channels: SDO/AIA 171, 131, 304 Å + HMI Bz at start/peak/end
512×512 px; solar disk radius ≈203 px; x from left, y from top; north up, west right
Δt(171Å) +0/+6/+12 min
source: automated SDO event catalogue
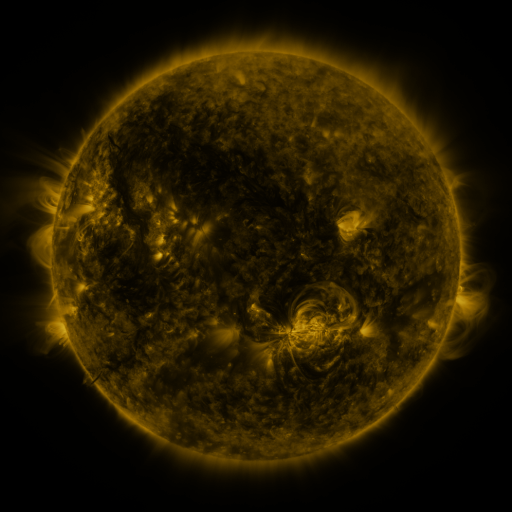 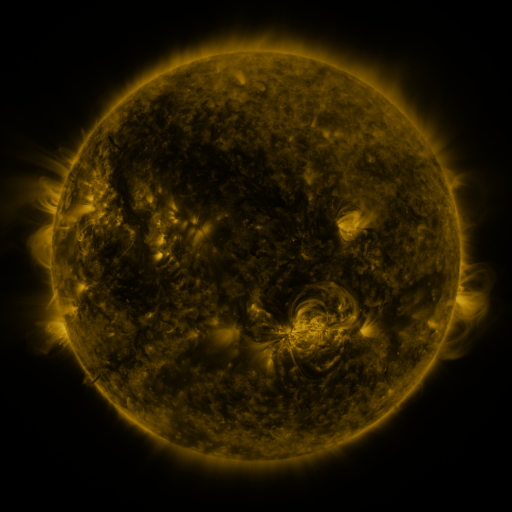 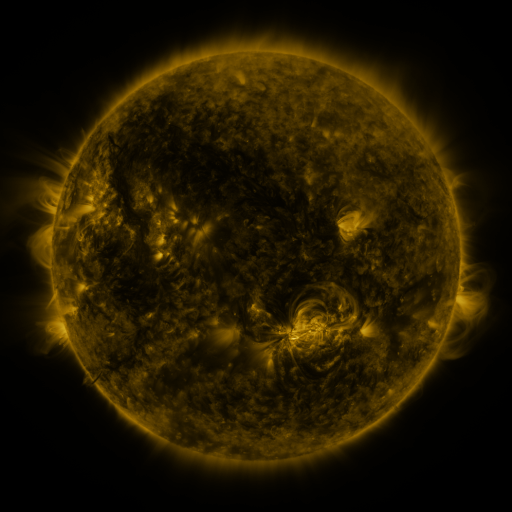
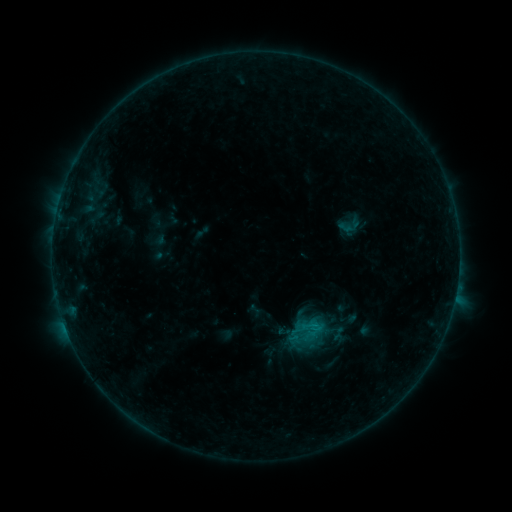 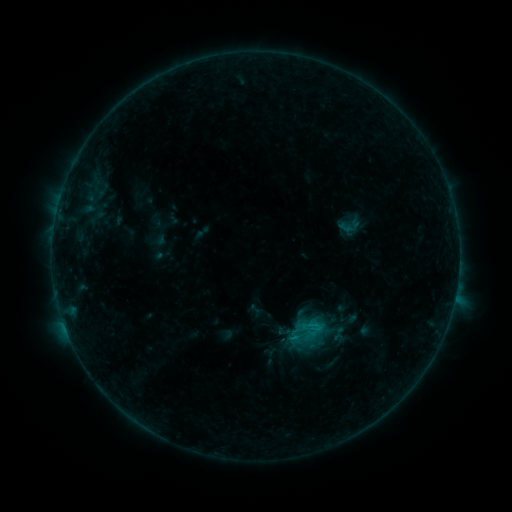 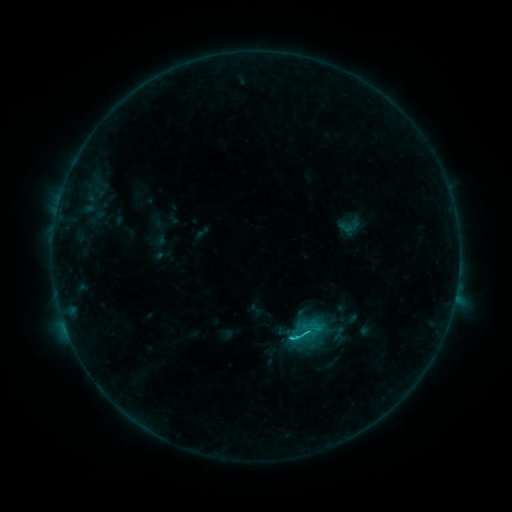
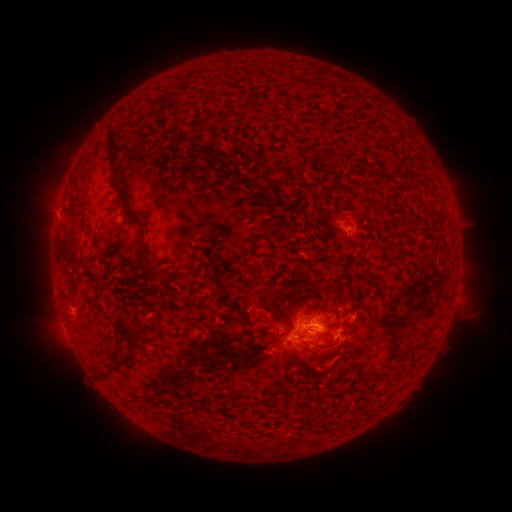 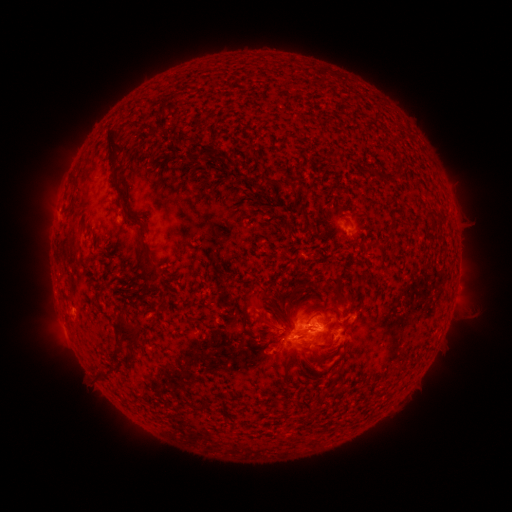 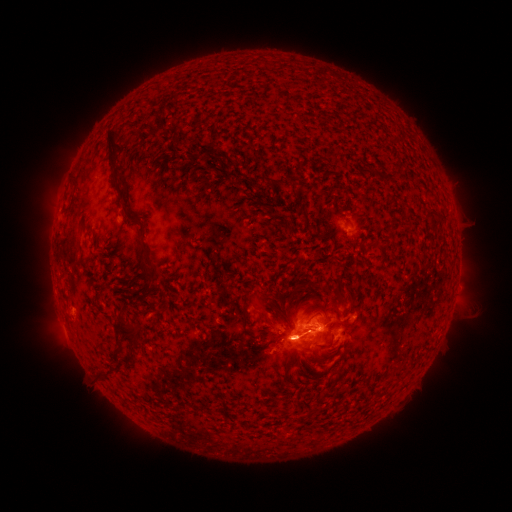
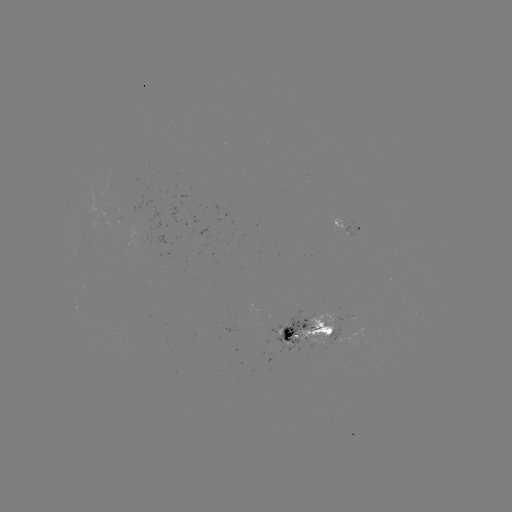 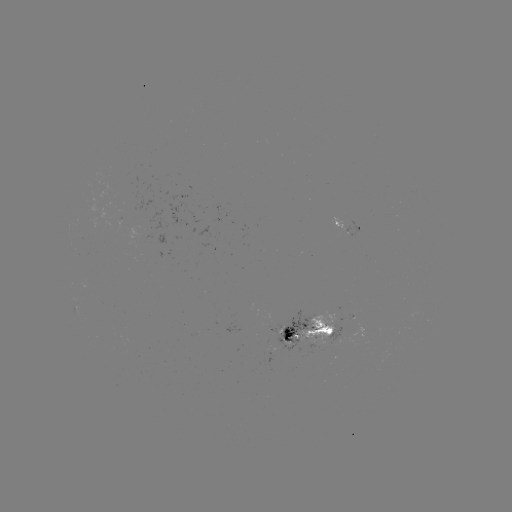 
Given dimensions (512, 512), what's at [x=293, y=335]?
C3.0 flare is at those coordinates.